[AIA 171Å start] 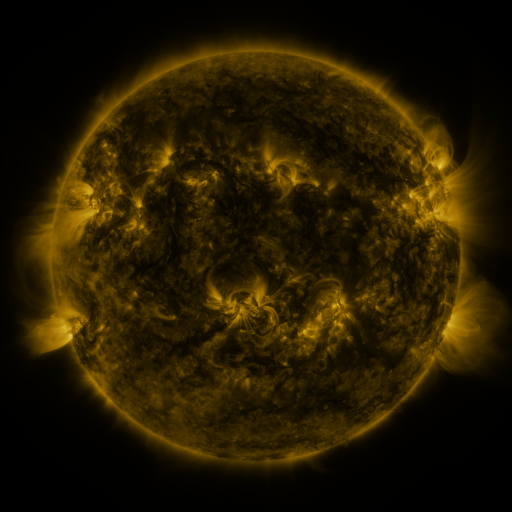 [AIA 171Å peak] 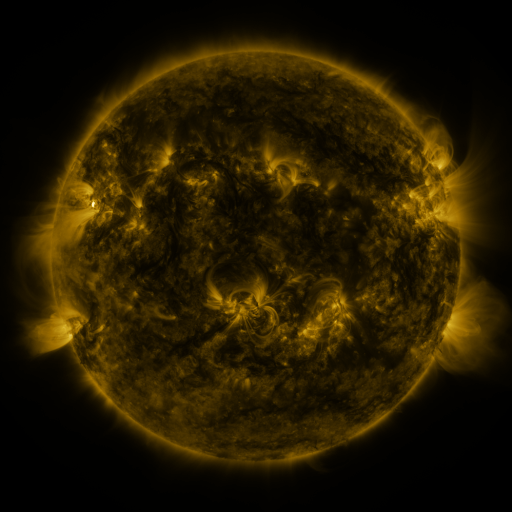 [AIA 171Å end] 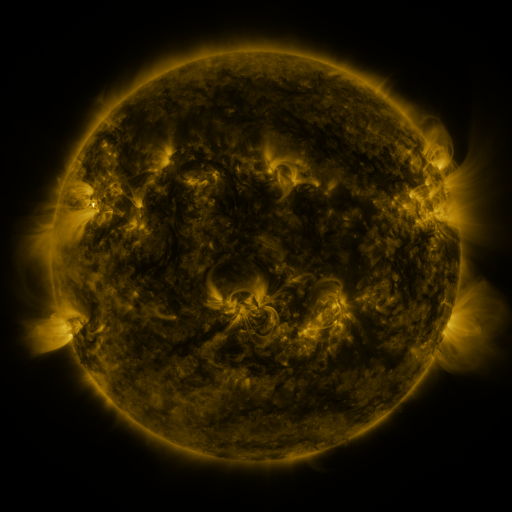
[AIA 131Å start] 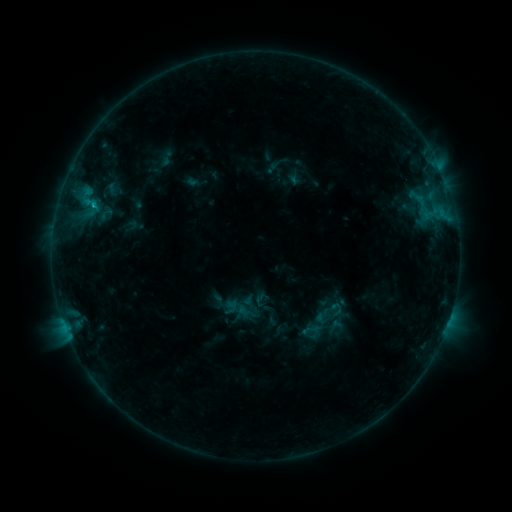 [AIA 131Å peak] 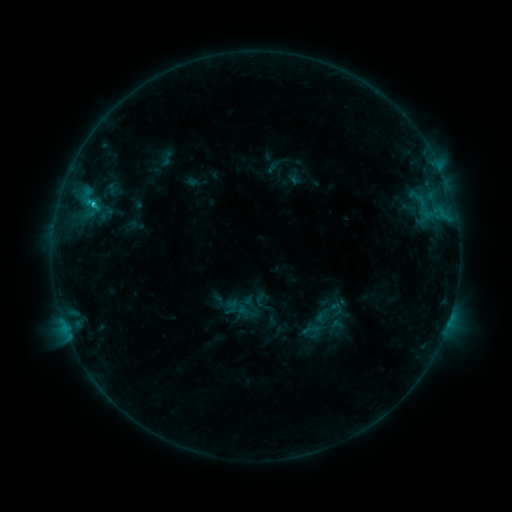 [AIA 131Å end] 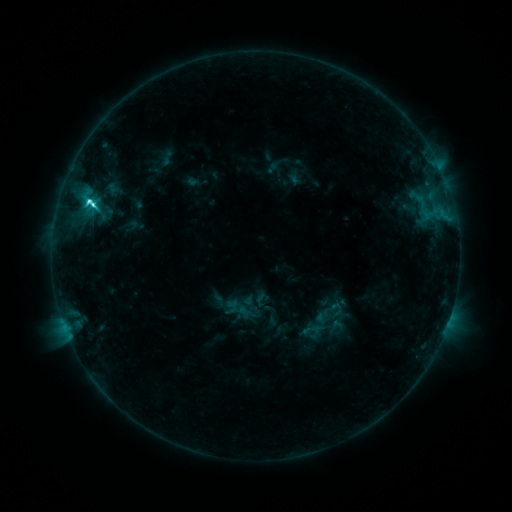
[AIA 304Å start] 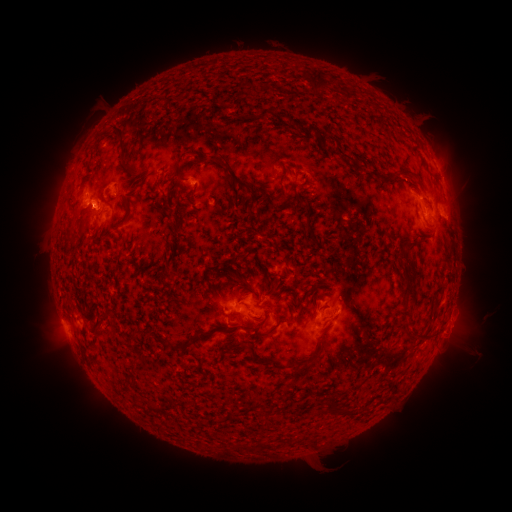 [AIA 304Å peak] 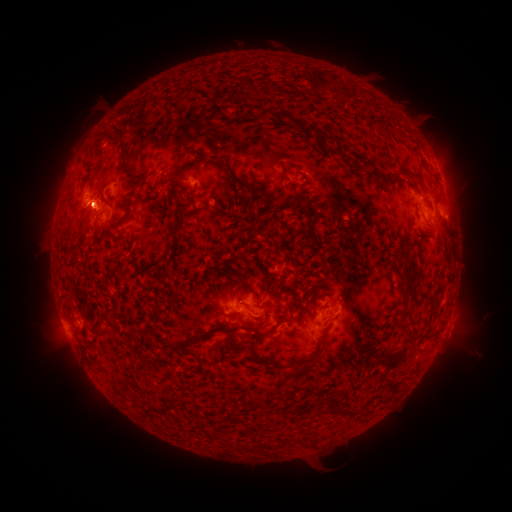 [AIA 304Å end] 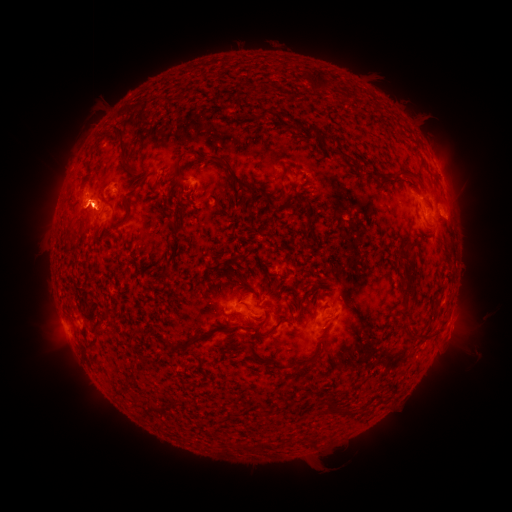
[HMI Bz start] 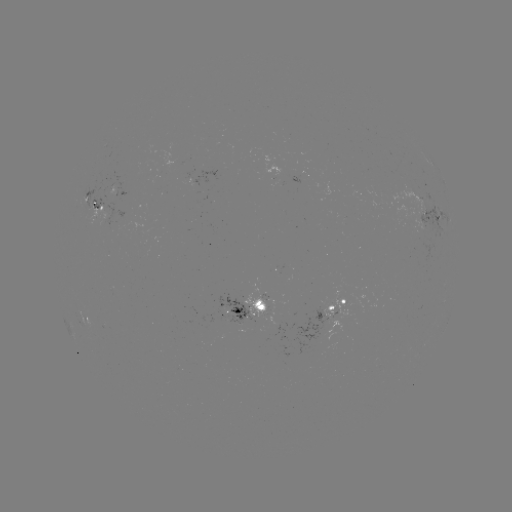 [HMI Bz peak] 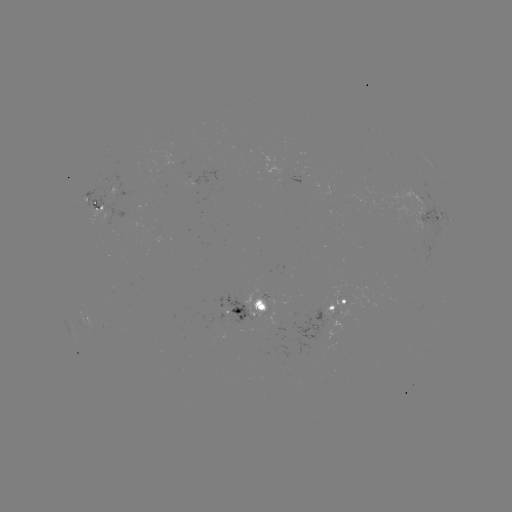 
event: flare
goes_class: C8.4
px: (92, 206)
